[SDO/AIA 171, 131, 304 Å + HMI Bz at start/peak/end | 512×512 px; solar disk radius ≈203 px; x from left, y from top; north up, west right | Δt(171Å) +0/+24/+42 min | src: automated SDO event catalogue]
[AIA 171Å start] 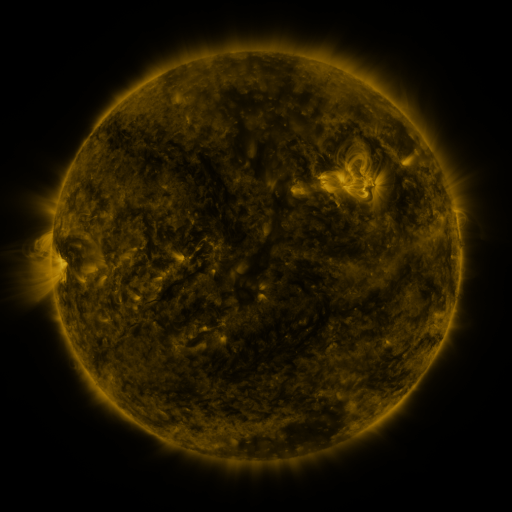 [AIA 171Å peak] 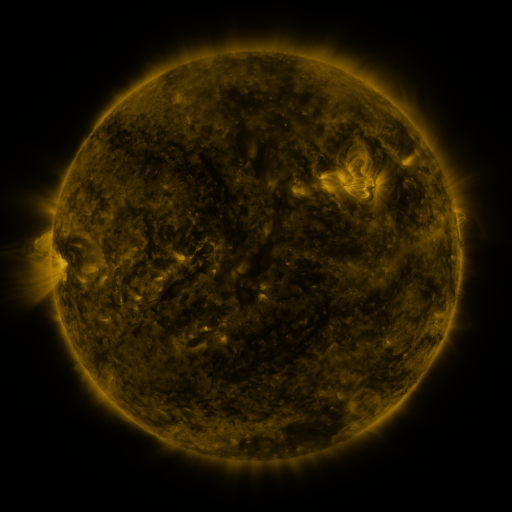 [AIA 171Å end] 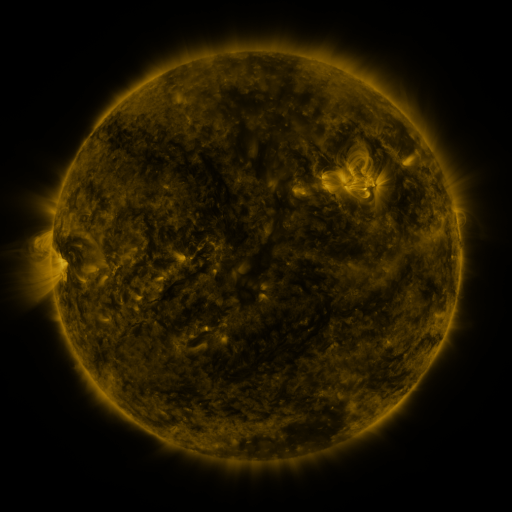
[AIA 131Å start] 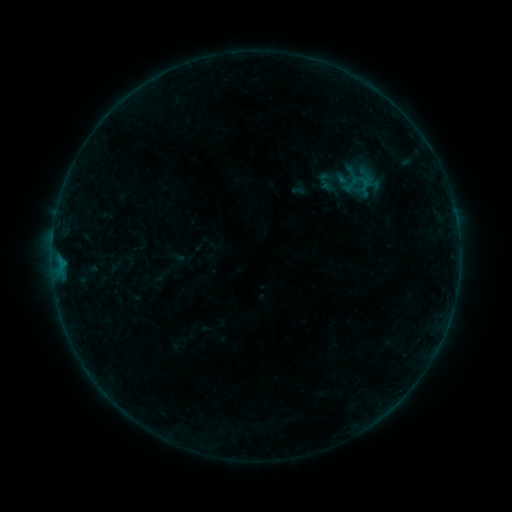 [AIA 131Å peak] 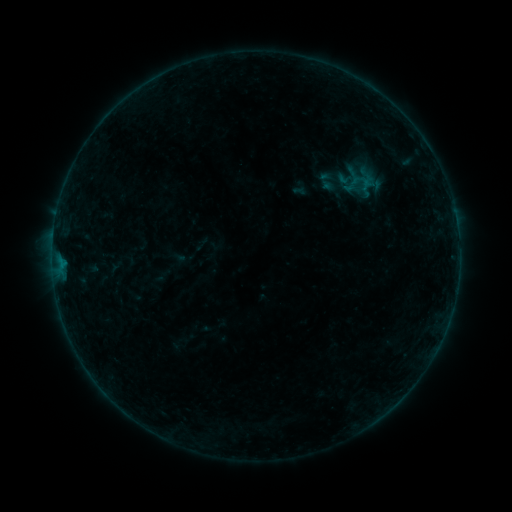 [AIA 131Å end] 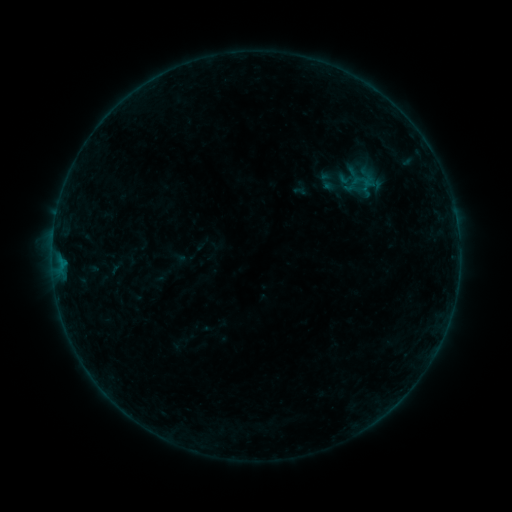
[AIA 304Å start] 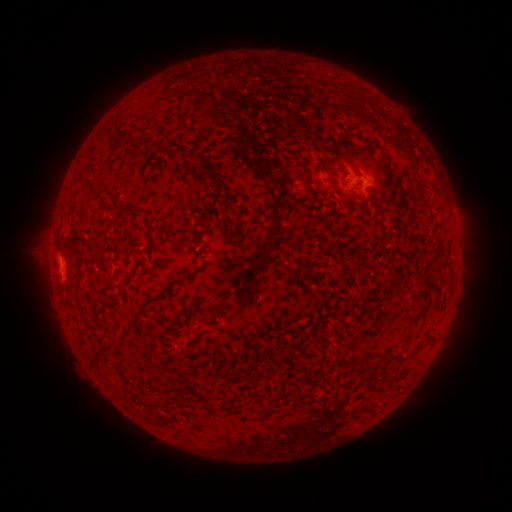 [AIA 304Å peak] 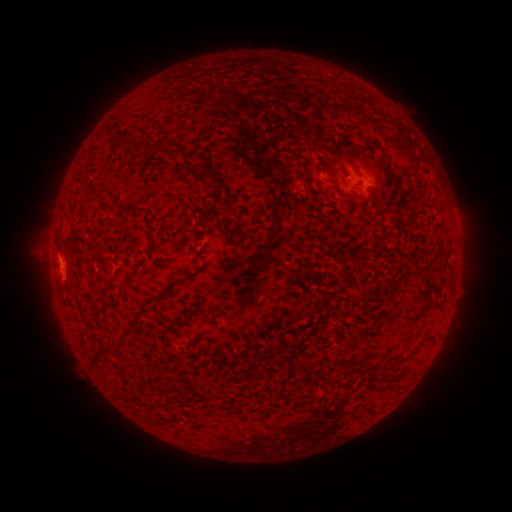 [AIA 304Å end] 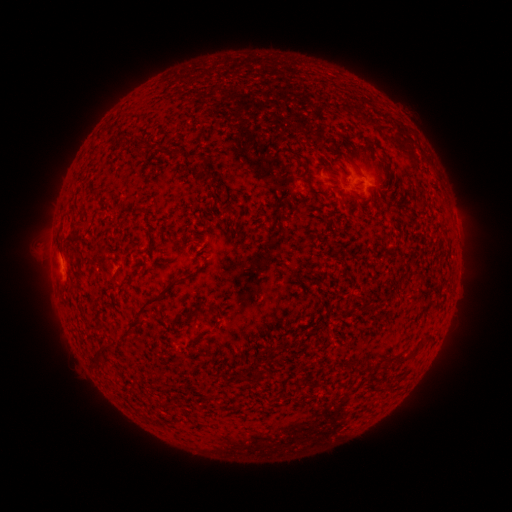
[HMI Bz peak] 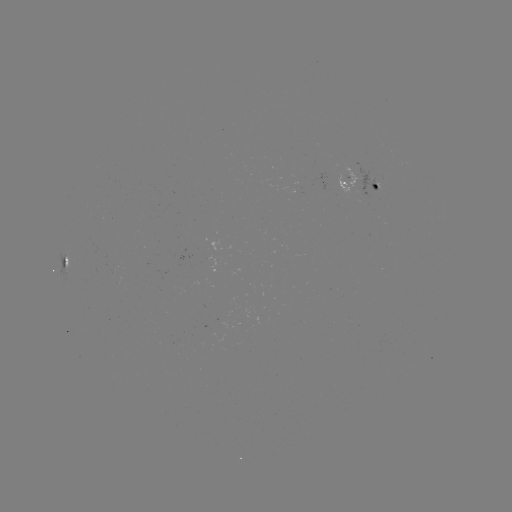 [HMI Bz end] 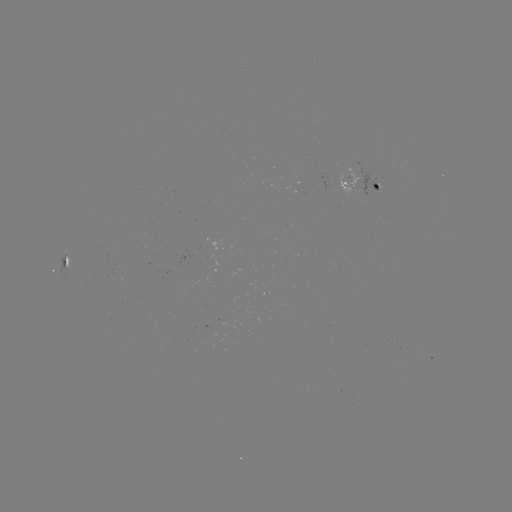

no flare in any classed list; no EUV-trigger detection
